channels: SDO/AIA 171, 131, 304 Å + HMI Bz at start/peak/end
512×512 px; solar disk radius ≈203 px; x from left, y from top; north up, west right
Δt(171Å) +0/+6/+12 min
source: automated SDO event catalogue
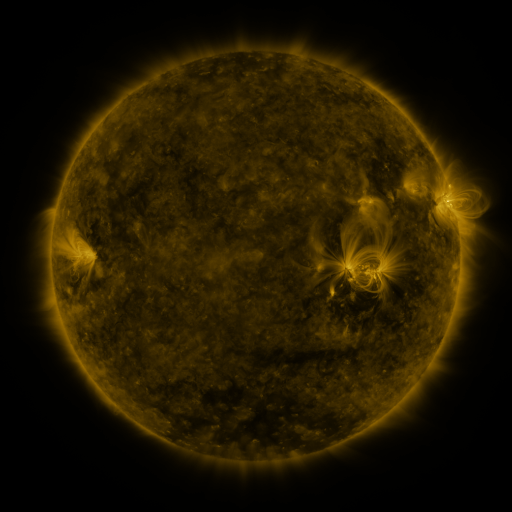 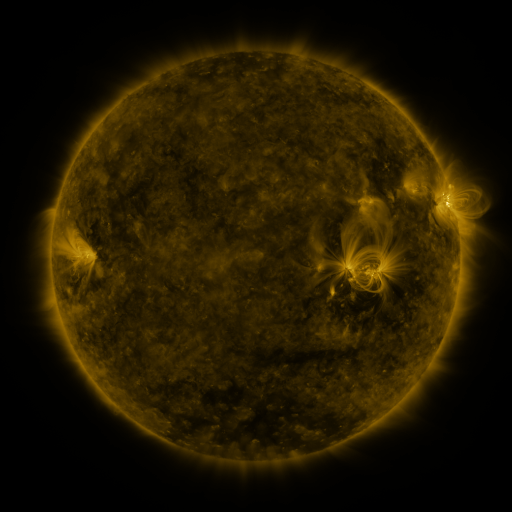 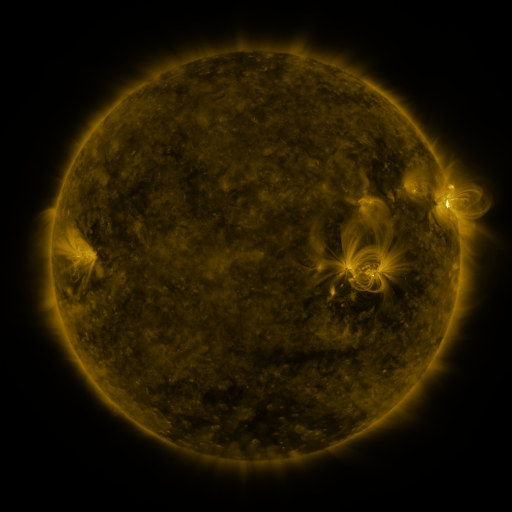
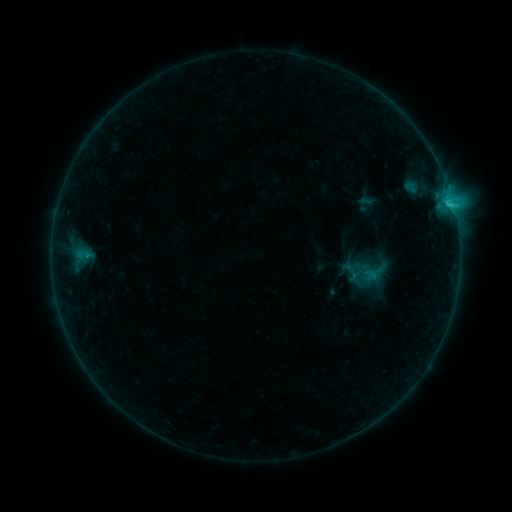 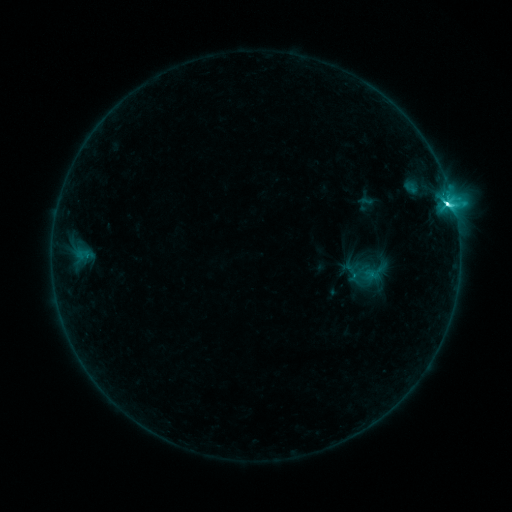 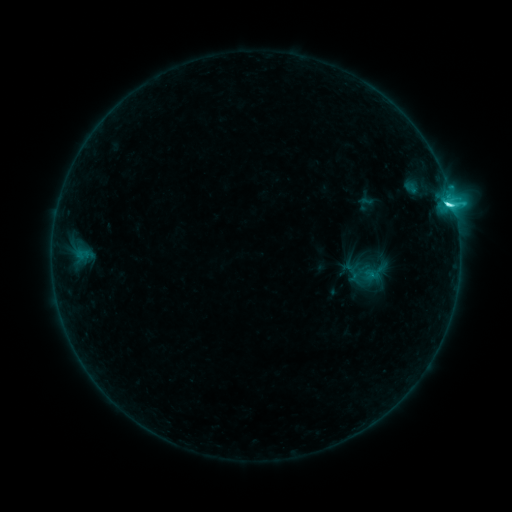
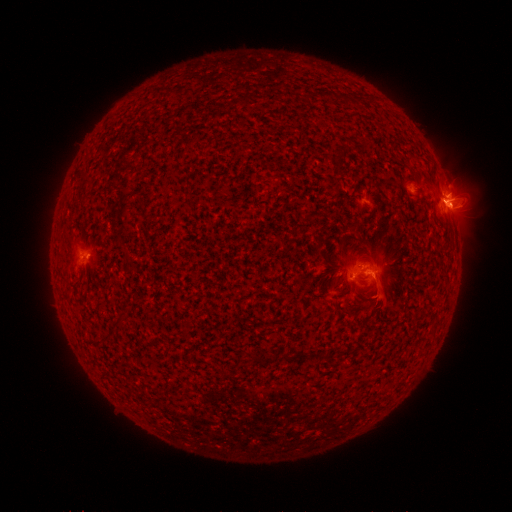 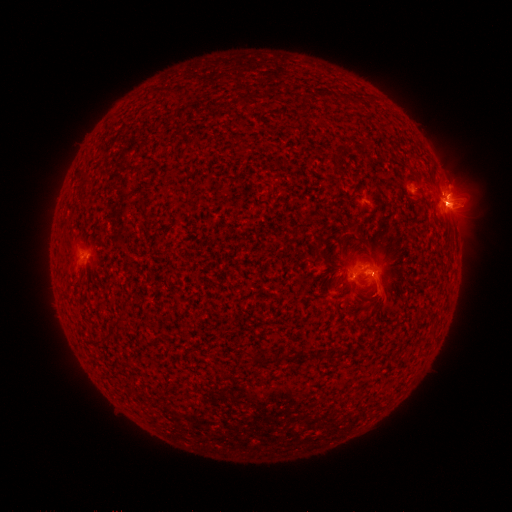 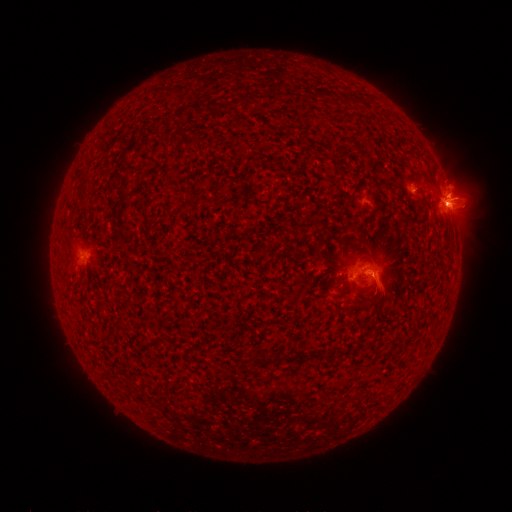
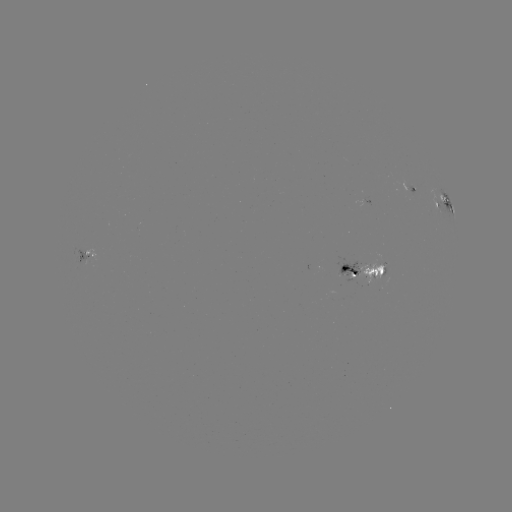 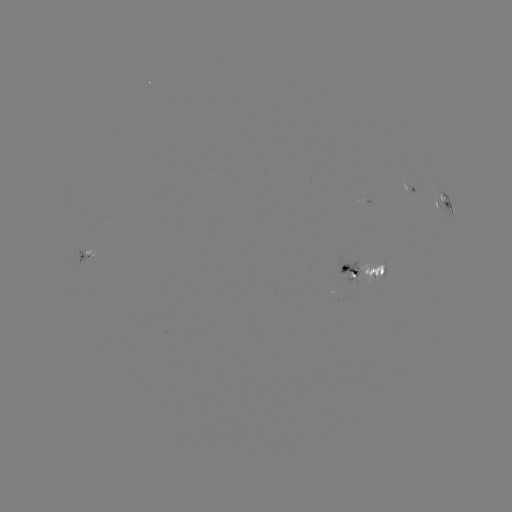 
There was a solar flare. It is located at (446, 204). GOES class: C7.3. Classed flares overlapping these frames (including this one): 1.